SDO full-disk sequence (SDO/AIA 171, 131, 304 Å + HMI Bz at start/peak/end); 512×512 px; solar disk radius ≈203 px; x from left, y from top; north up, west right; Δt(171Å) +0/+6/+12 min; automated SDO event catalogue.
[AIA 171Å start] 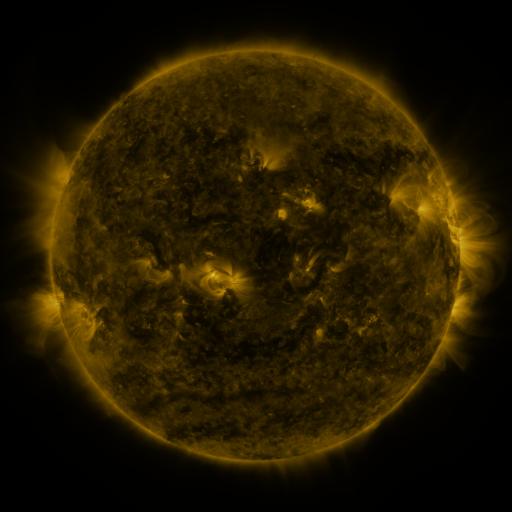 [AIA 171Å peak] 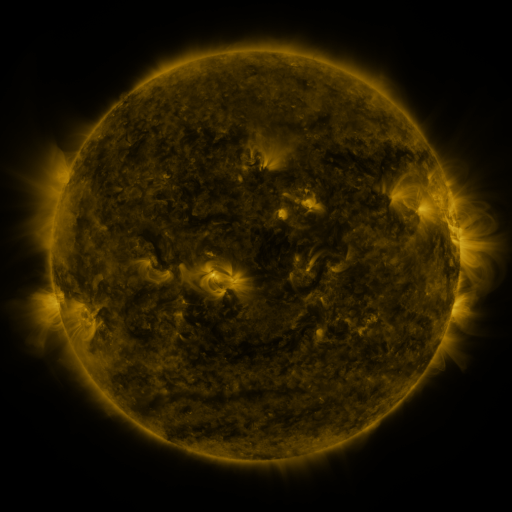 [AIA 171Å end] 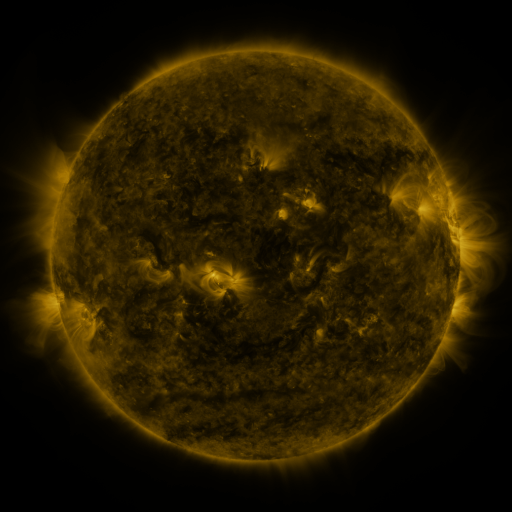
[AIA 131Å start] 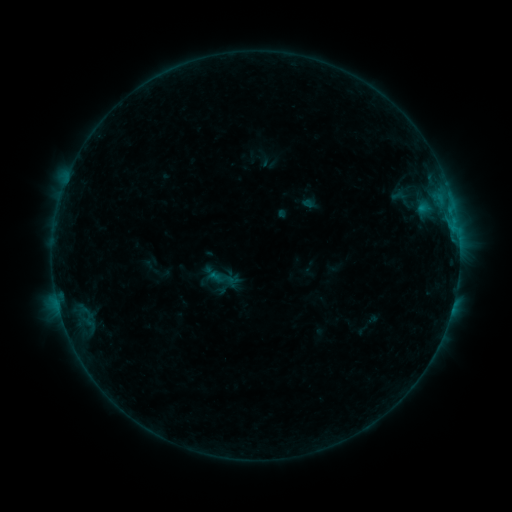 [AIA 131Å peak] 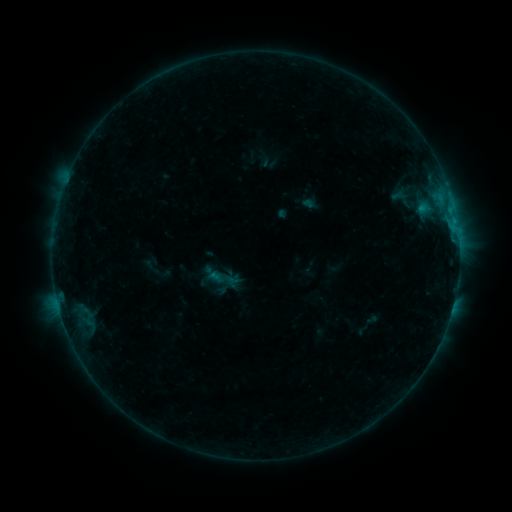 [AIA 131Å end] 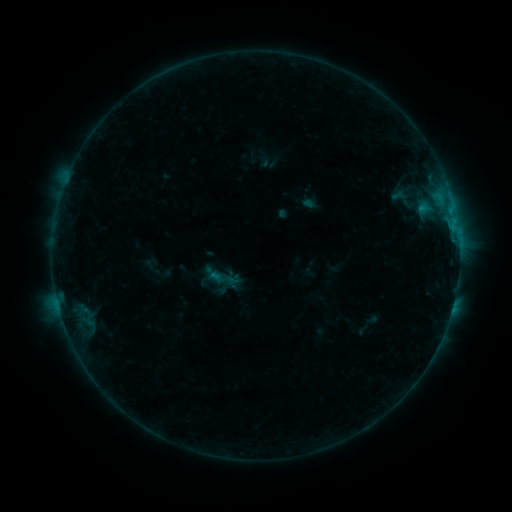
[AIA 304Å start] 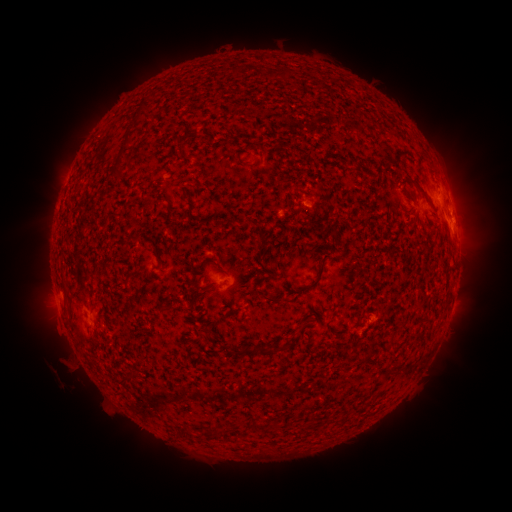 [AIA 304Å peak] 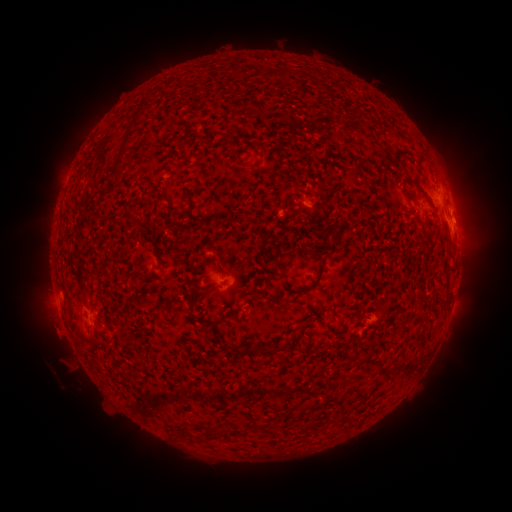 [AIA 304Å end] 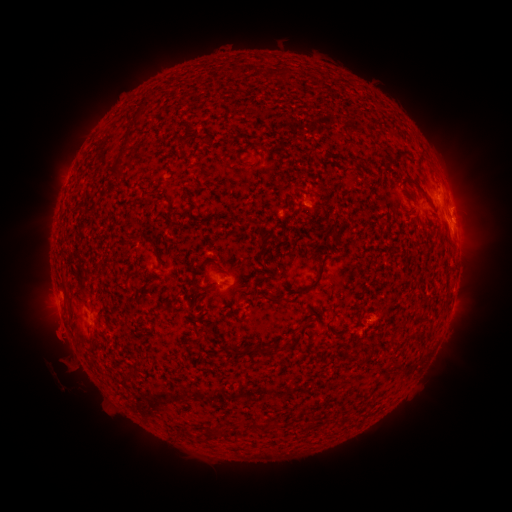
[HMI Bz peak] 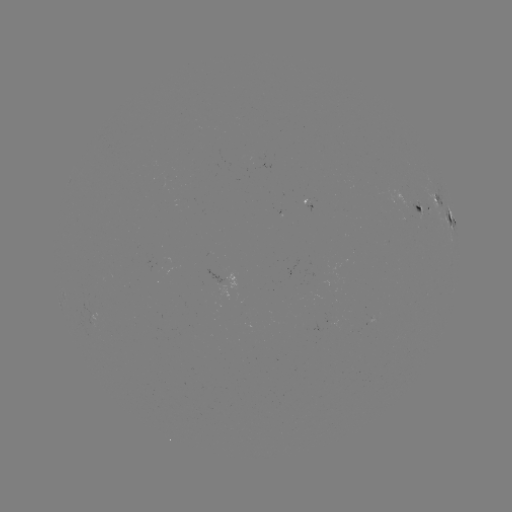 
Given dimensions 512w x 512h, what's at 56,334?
eruption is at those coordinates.